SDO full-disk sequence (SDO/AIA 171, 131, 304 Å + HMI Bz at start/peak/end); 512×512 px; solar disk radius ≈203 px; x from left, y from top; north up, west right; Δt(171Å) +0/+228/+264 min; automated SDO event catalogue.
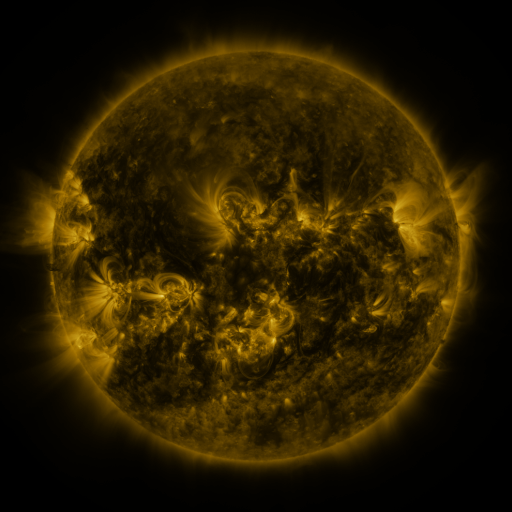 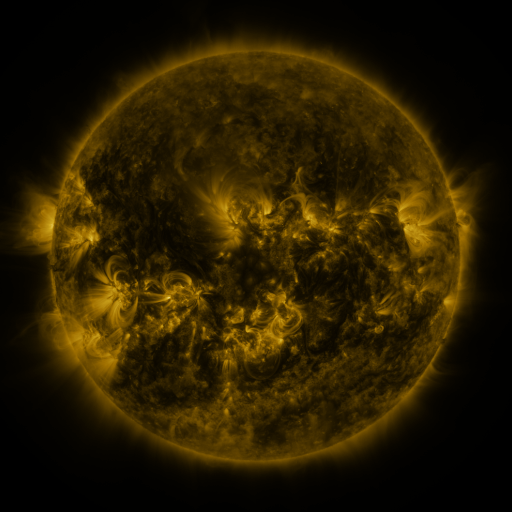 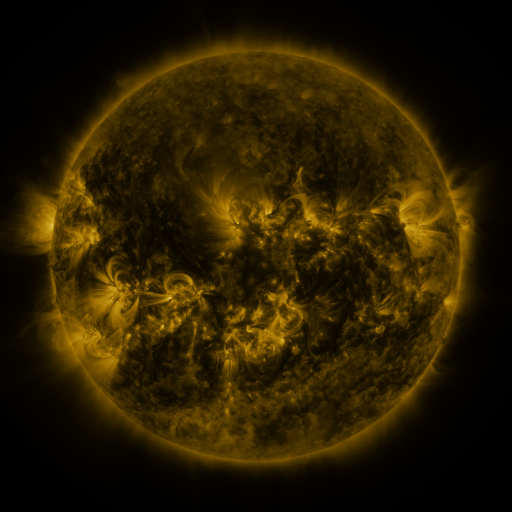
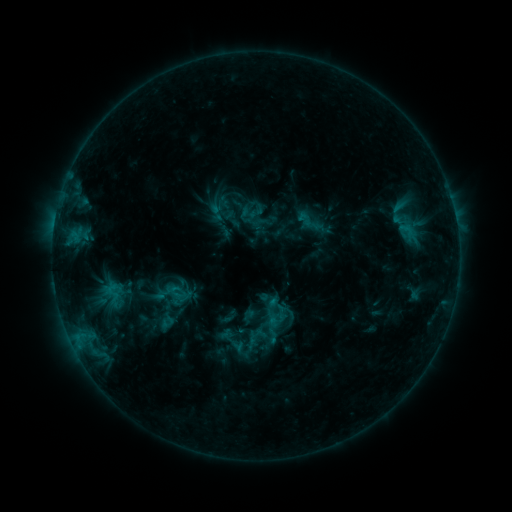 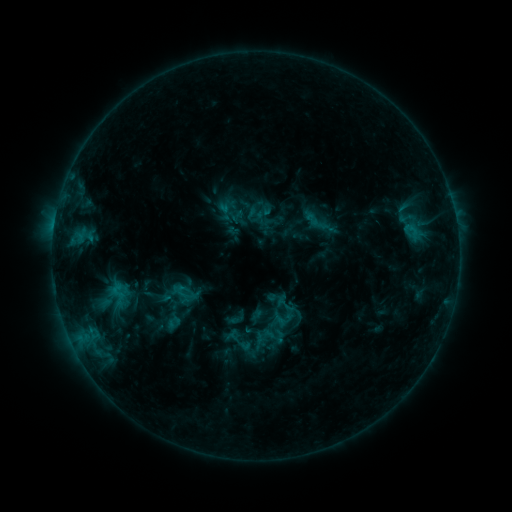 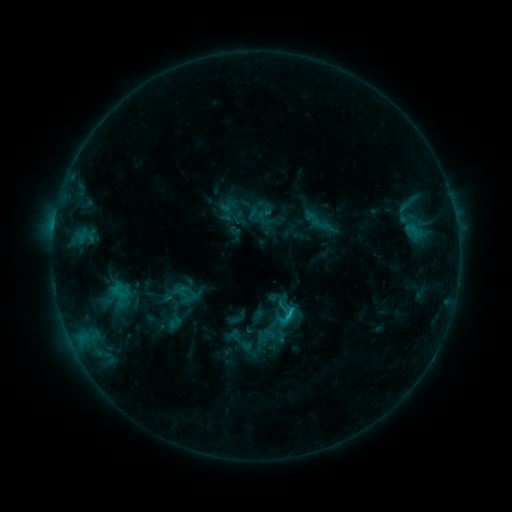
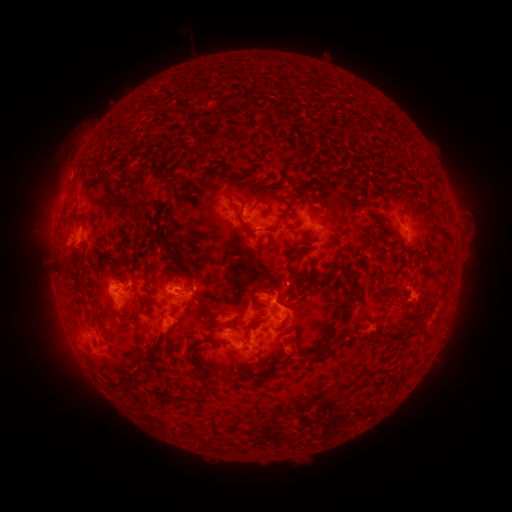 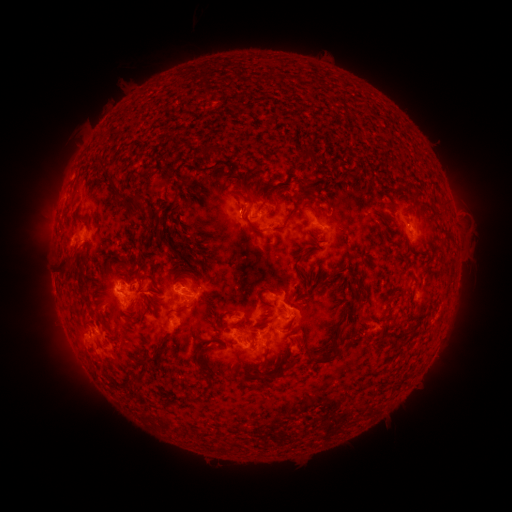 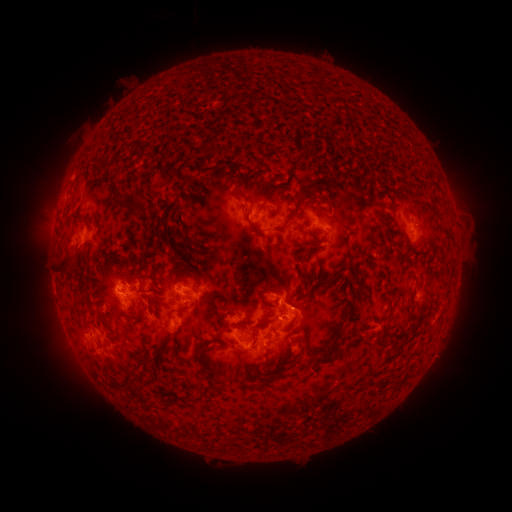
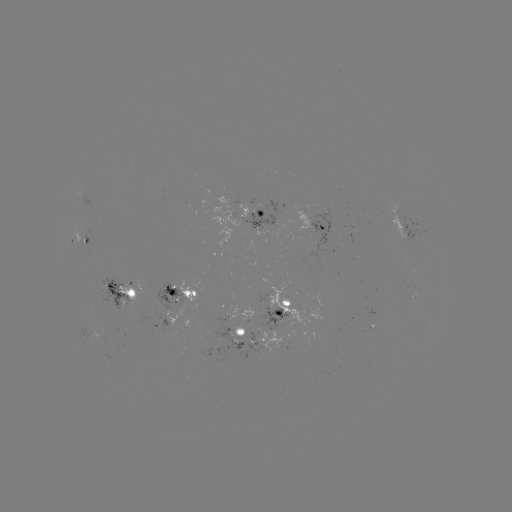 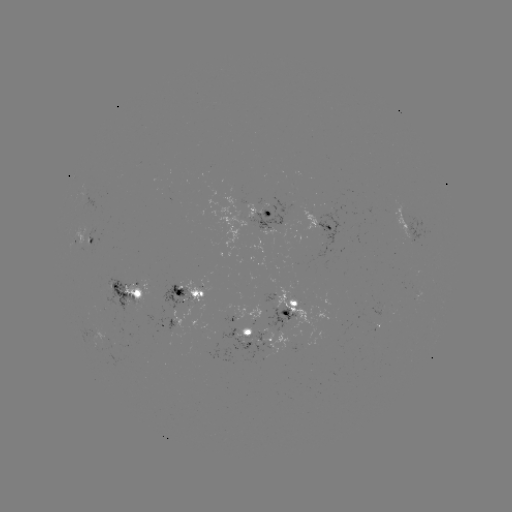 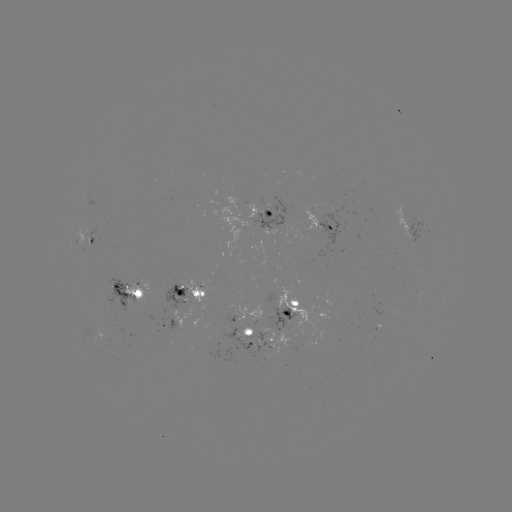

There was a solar emerging-flux region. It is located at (258, 310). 